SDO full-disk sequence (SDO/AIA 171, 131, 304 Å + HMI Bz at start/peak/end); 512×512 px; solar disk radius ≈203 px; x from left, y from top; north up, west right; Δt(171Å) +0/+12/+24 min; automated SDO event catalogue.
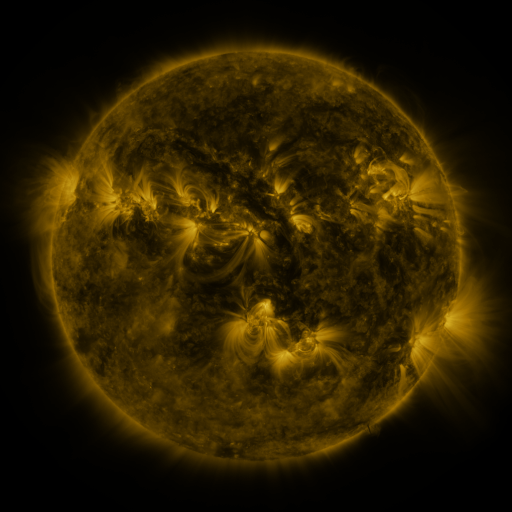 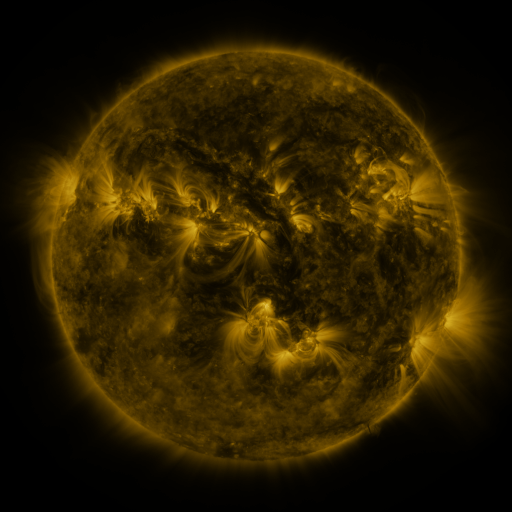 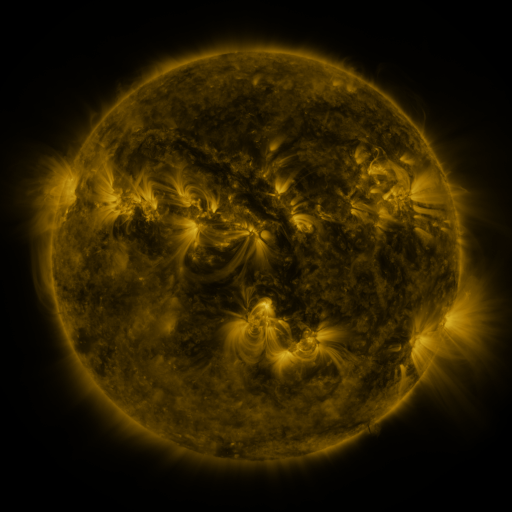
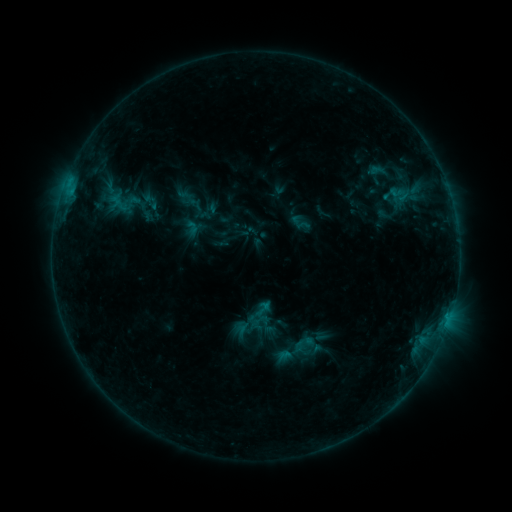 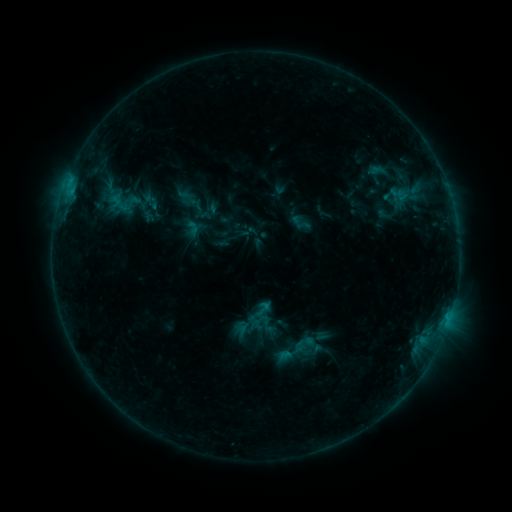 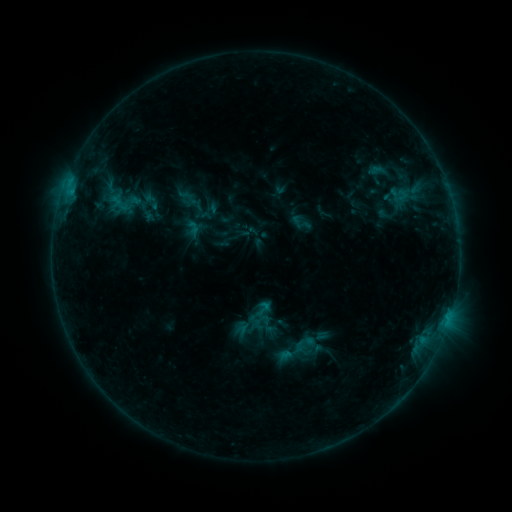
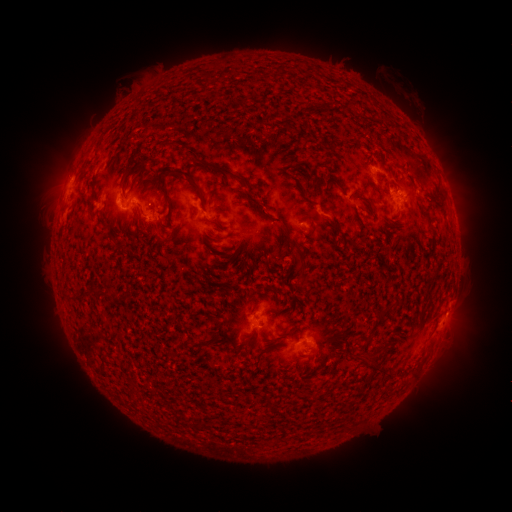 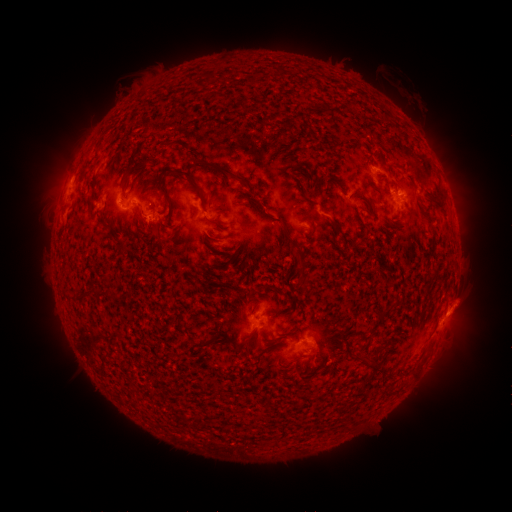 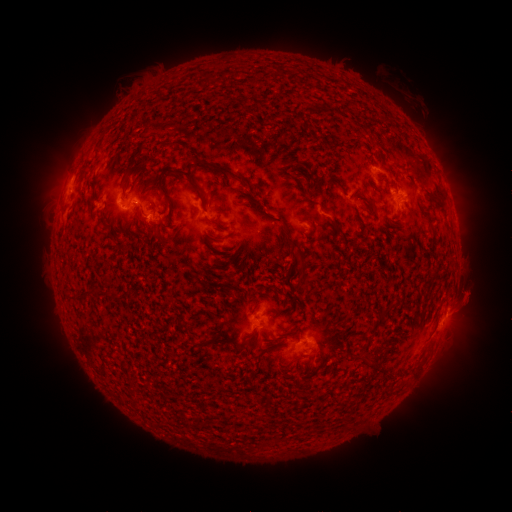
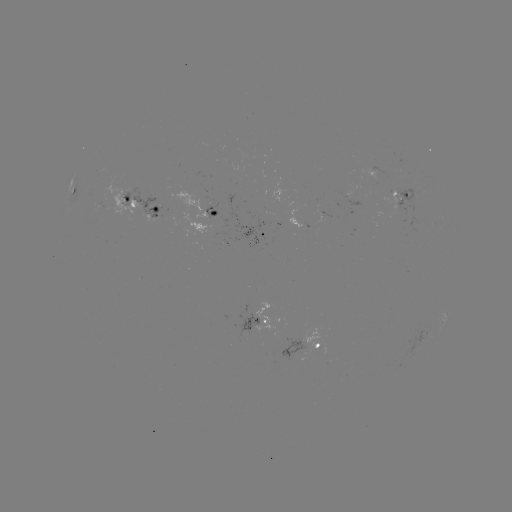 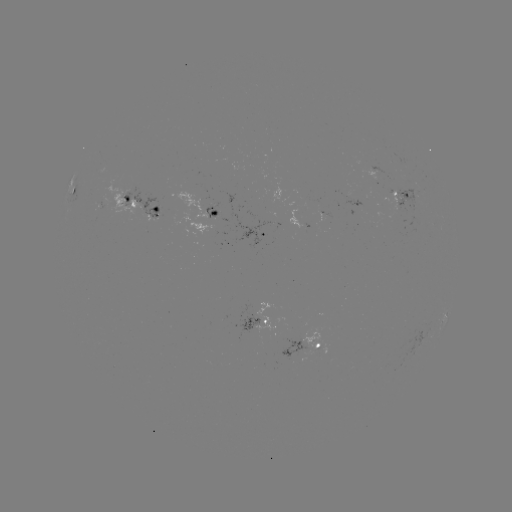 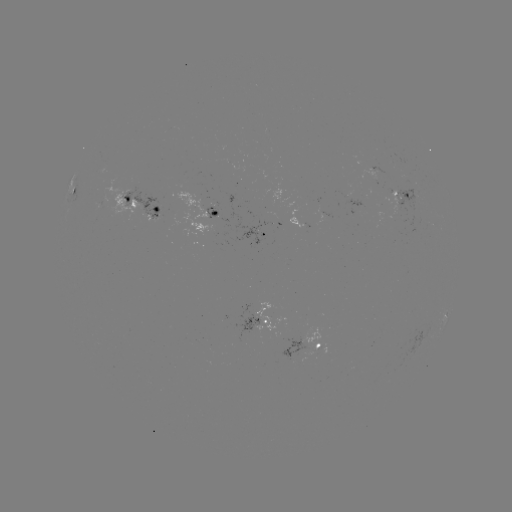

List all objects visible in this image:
eruption: (467, 305)
